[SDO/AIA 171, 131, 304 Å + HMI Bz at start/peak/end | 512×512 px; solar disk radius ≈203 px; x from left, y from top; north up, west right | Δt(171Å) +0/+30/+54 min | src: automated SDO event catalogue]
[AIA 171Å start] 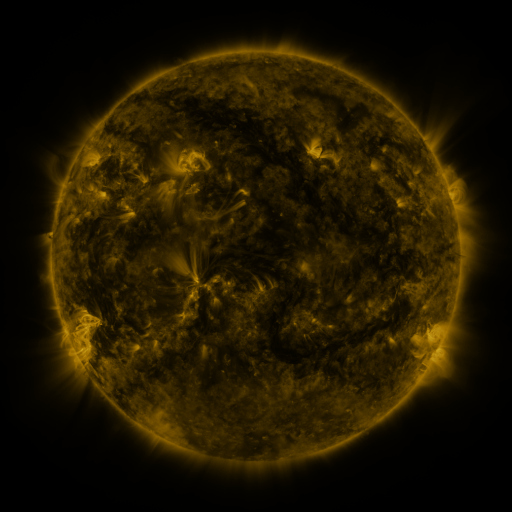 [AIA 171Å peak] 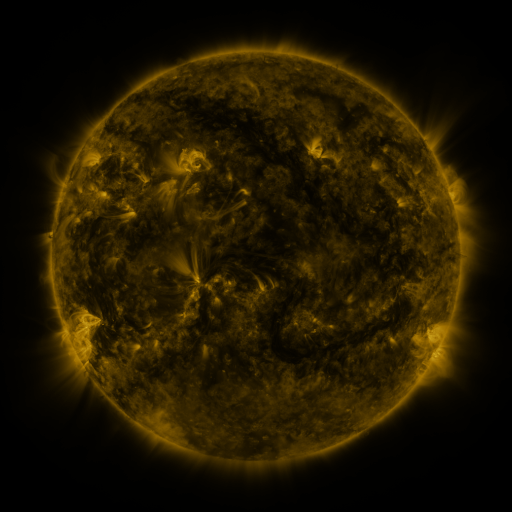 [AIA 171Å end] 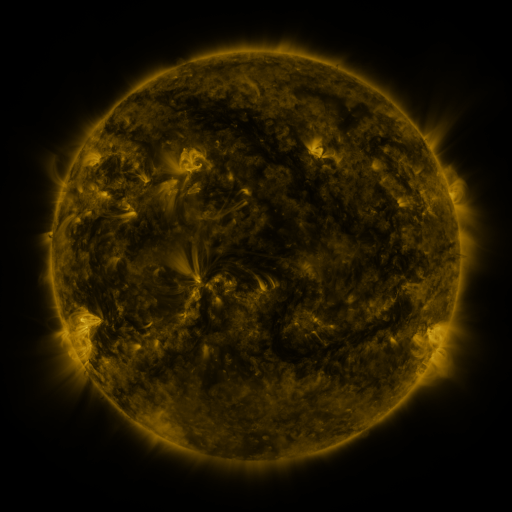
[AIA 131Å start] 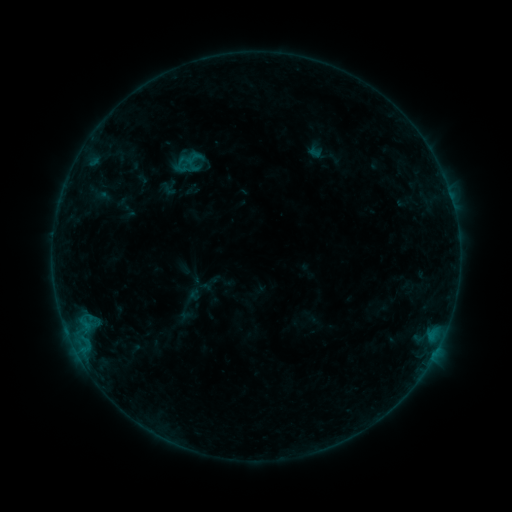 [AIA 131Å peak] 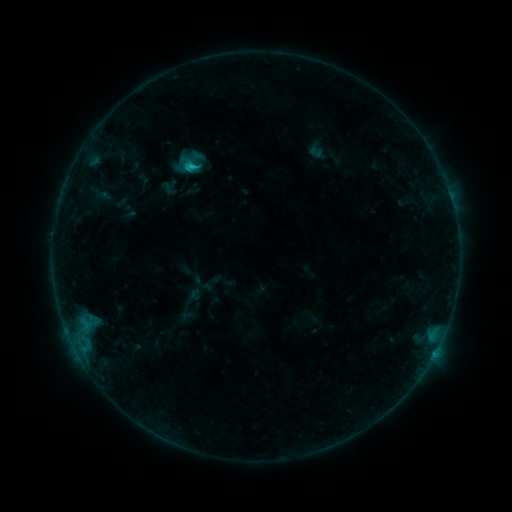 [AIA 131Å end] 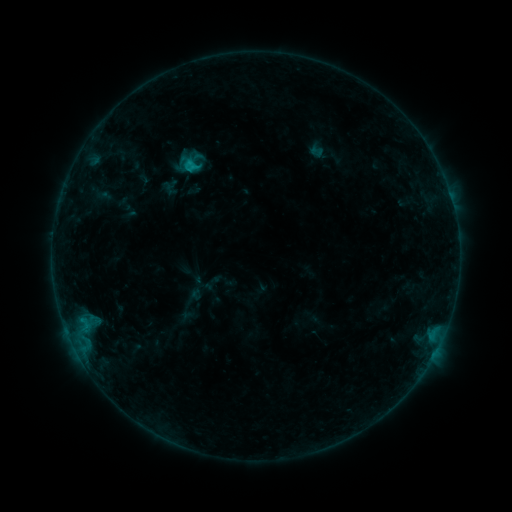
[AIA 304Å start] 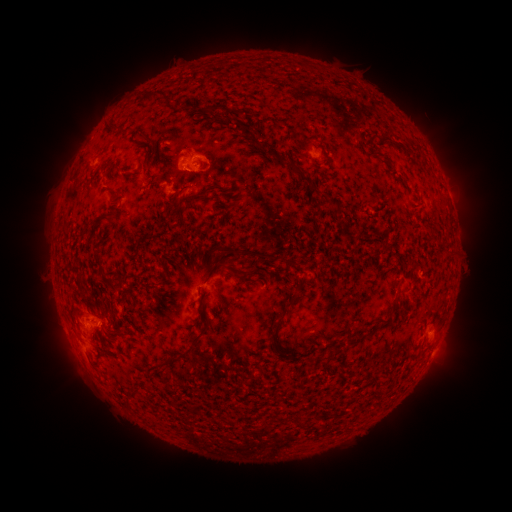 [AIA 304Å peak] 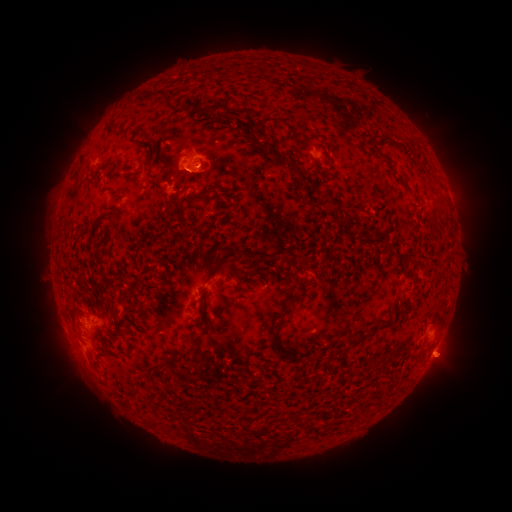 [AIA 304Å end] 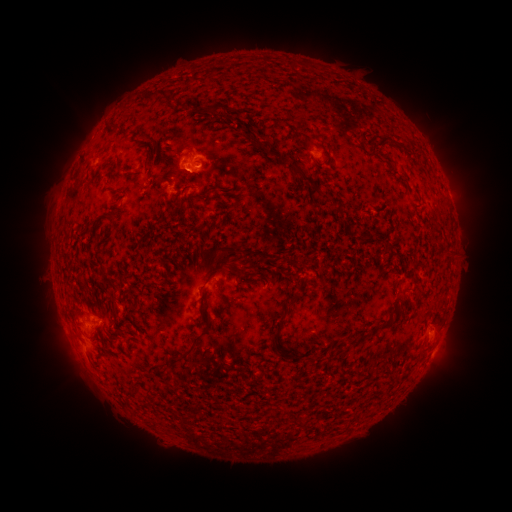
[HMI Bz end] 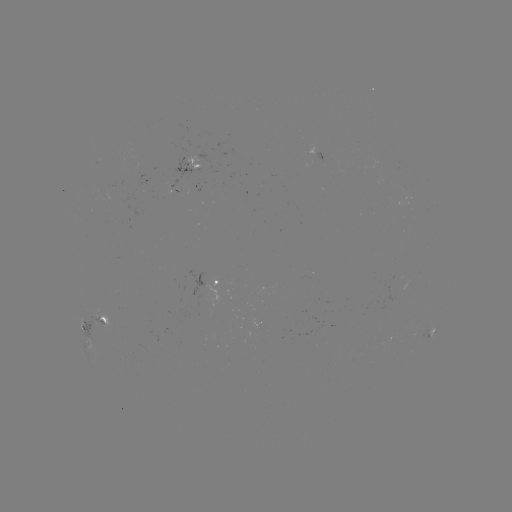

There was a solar flare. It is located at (193, 168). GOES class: C1.2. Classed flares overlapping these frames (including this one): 1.